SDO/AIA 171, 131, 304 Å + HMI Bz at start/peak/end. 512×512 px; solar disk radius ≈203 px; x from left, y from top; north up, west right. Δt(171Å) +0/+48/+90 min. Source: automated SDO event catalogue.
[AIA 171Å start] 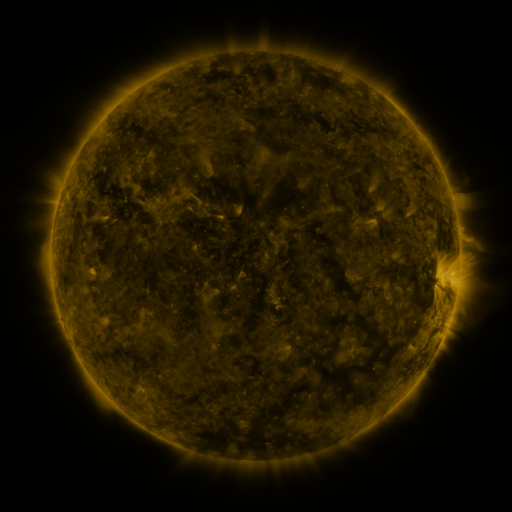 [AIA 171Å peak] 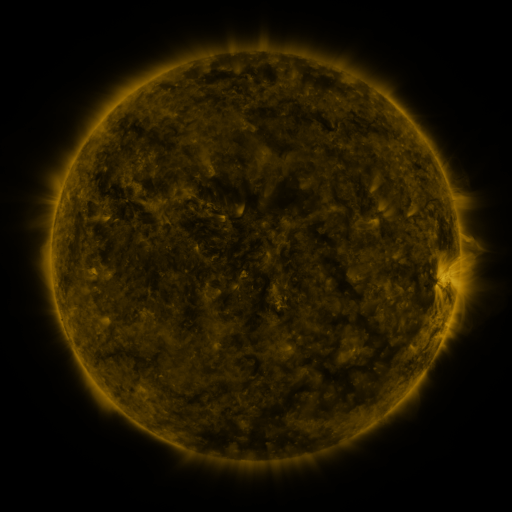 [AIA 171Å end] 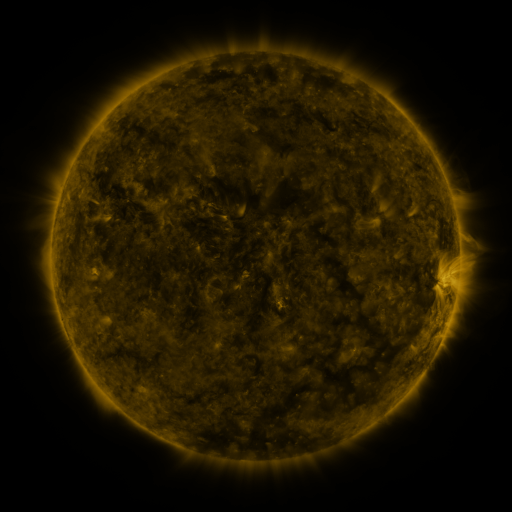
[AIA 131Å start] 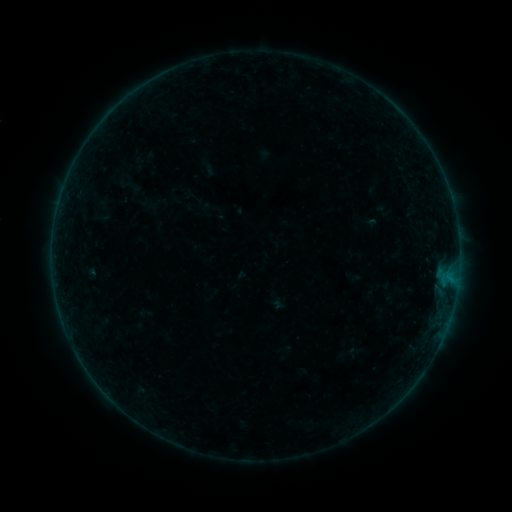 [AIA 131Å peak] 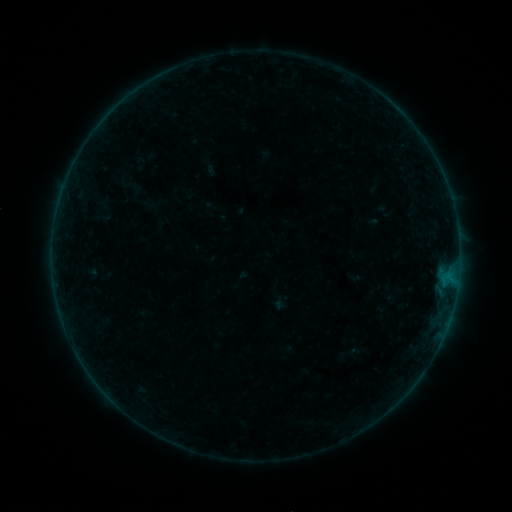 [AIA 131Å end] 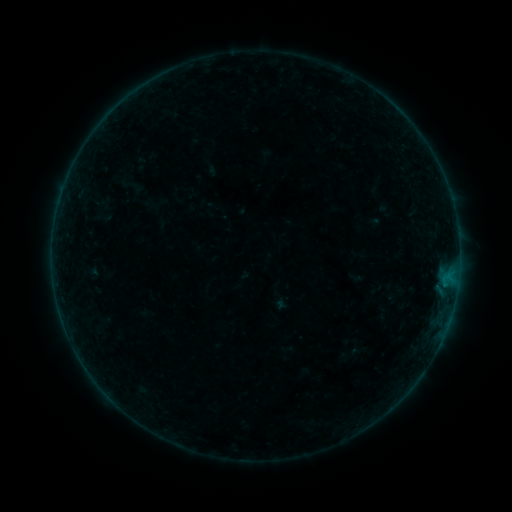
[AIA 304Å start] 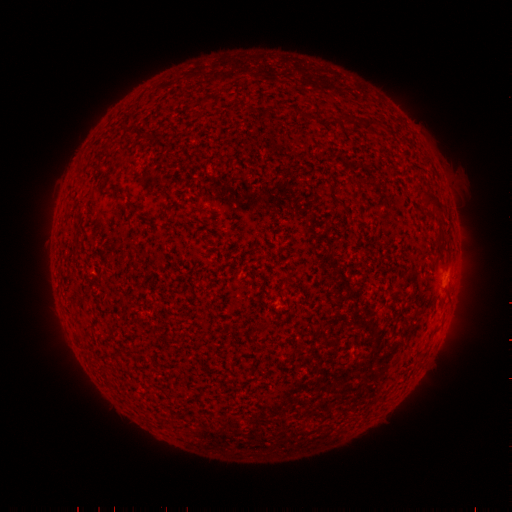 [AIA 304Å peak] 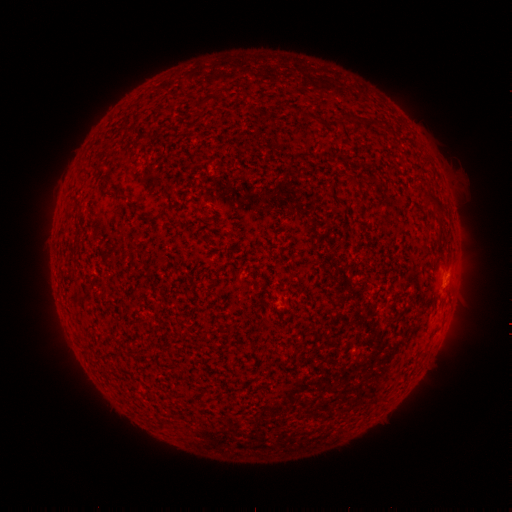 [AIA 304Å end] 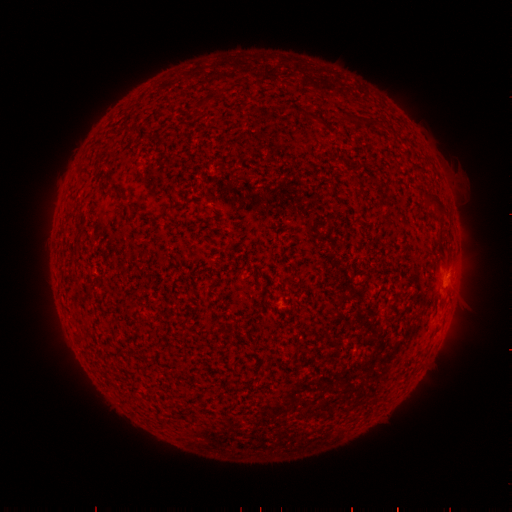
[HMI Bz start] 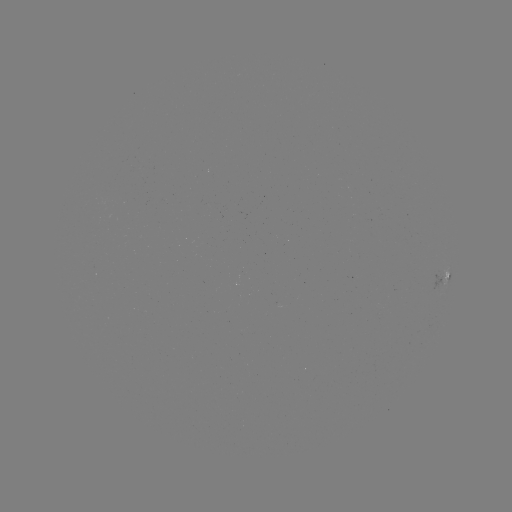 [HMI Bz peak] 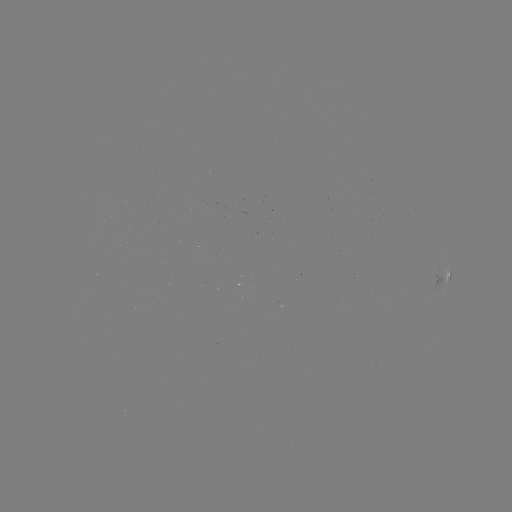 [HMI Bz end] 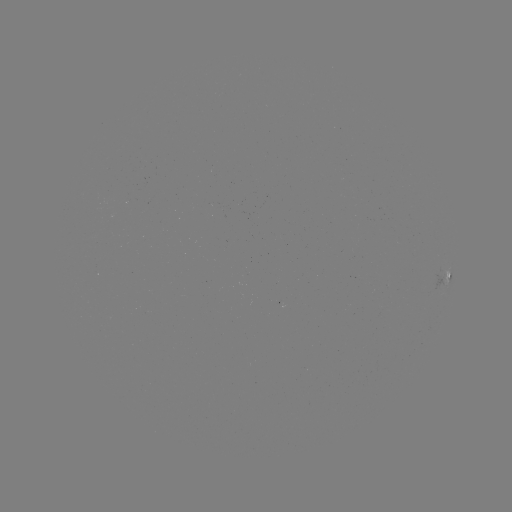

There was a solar flare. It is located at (455, 277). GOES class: B2.2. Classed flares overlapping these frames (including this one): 1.